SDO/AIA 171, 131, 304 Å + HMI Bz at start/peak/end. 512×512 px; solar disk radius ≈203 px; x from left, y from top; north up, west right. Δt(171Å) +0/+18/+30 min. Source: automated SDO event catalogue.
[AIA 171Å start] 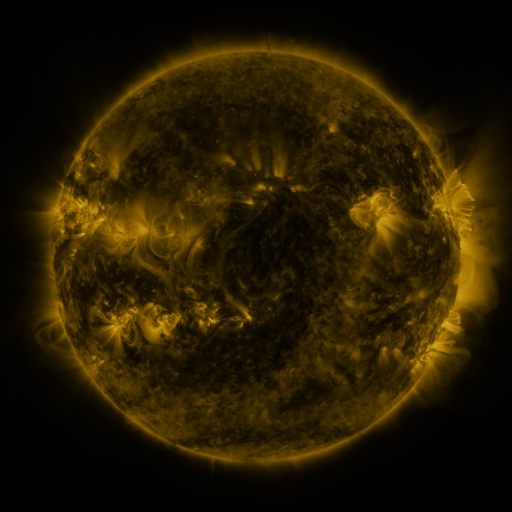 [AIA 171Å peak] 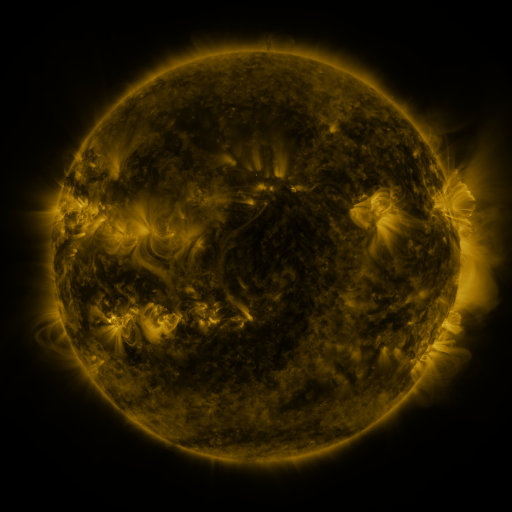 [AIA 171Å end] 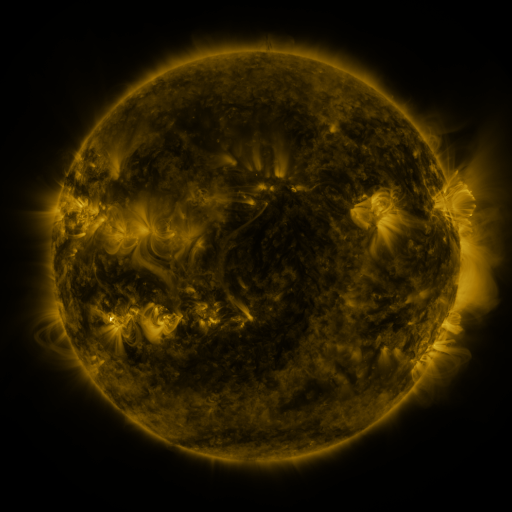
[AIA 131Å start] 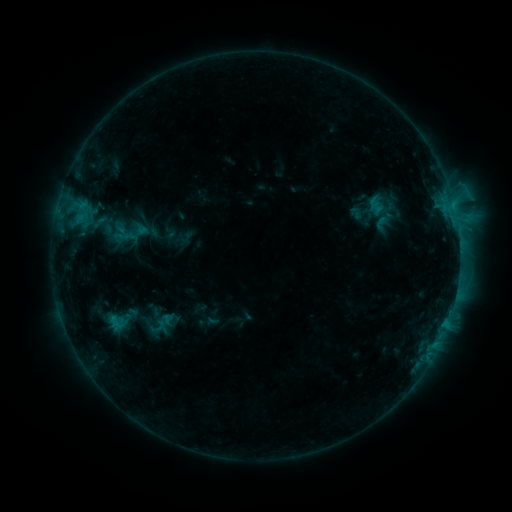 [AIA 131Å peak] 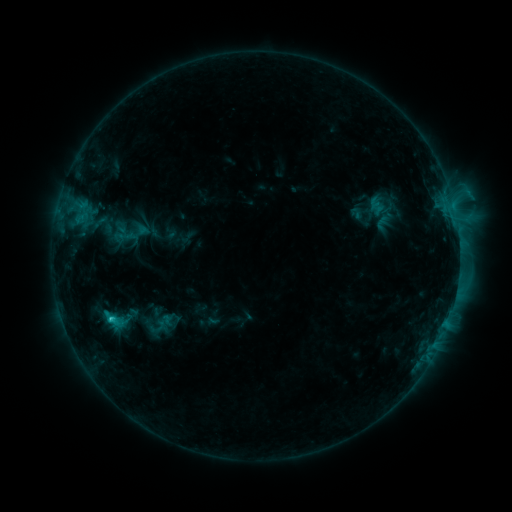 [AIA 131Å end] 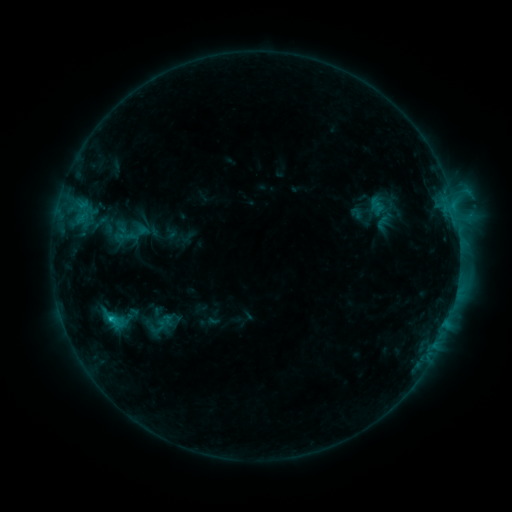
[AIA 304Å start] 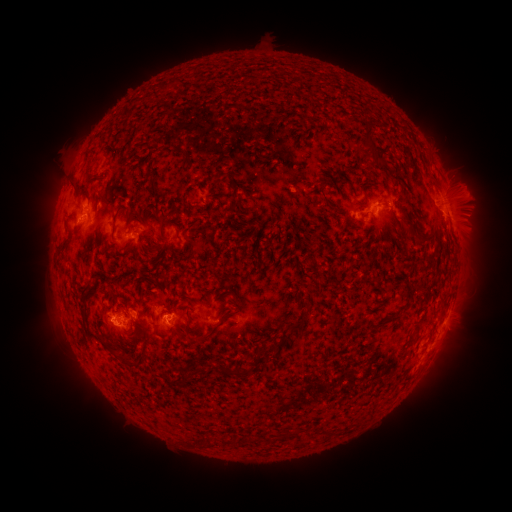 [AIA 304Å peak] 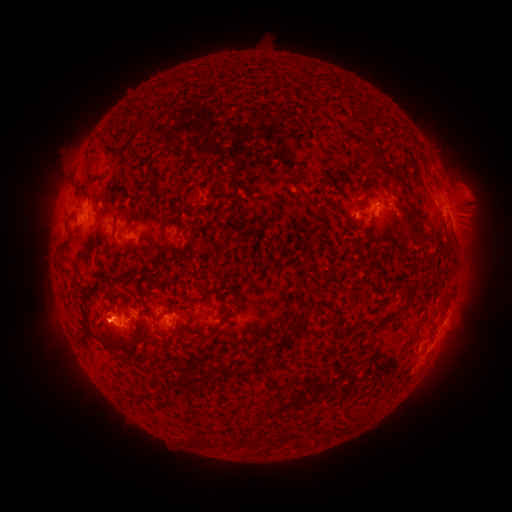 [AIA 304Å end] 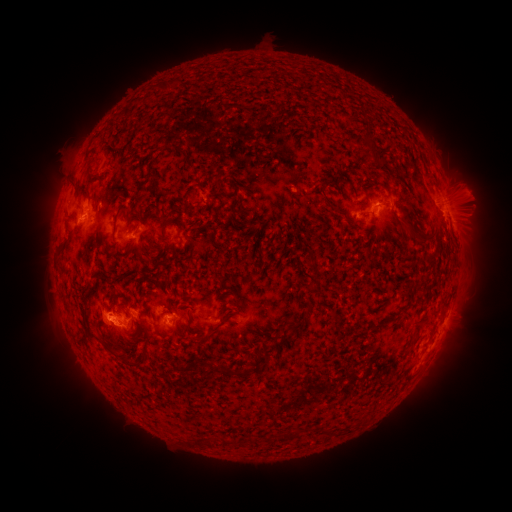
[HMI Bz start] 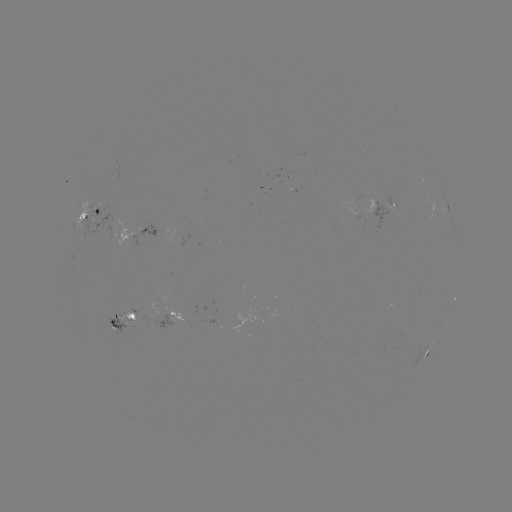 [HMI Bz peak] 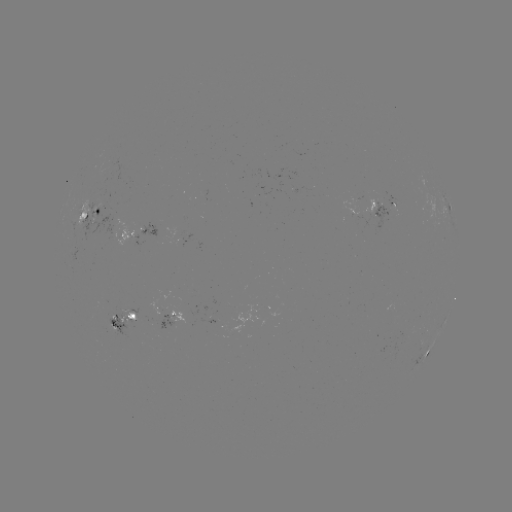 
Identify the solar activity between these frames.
C2.4 flare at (112, 318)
